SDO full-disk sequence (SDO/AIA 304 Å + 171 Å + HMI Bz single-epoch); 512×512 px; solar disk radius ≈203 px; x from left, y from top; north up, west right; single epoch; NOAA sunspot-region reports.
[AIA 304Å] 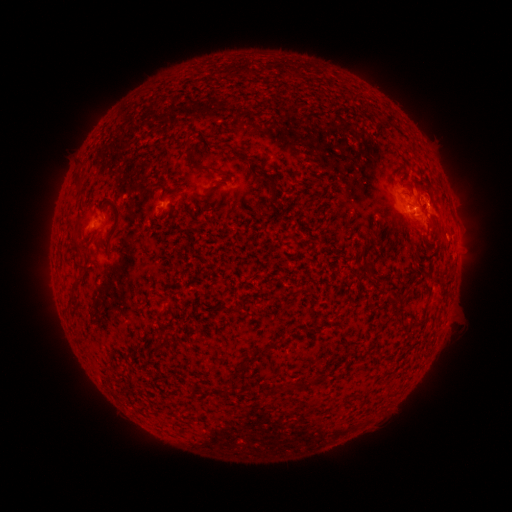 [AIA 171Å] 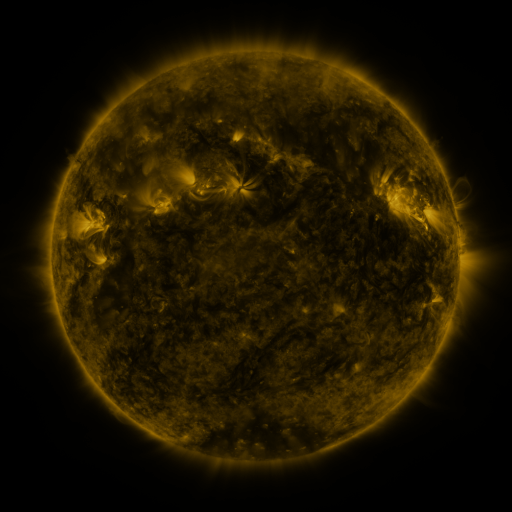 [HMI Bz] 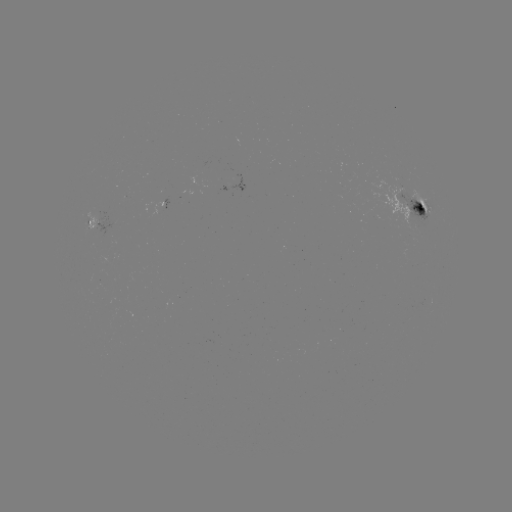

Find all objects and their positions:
spotted active region: (414, 209)
spotted active region: (94, 219)
